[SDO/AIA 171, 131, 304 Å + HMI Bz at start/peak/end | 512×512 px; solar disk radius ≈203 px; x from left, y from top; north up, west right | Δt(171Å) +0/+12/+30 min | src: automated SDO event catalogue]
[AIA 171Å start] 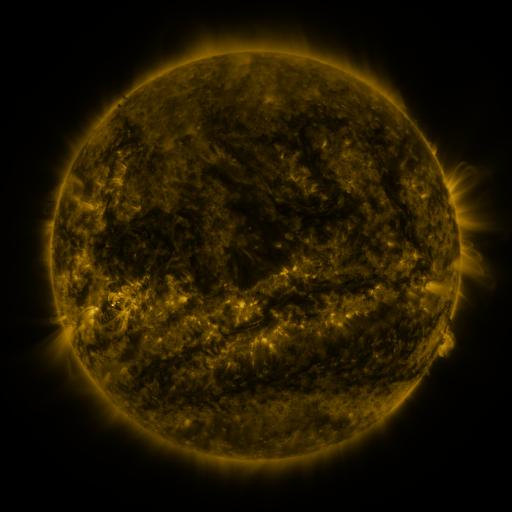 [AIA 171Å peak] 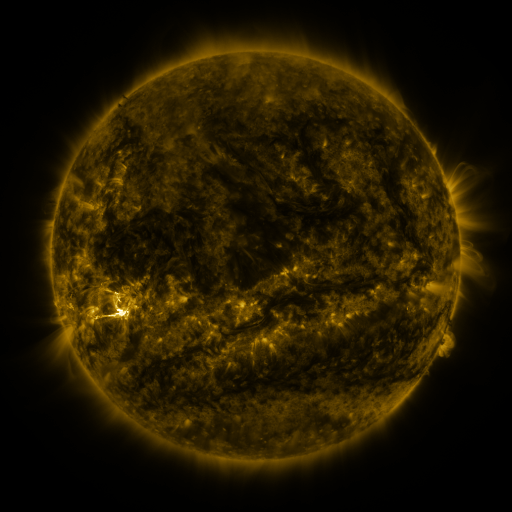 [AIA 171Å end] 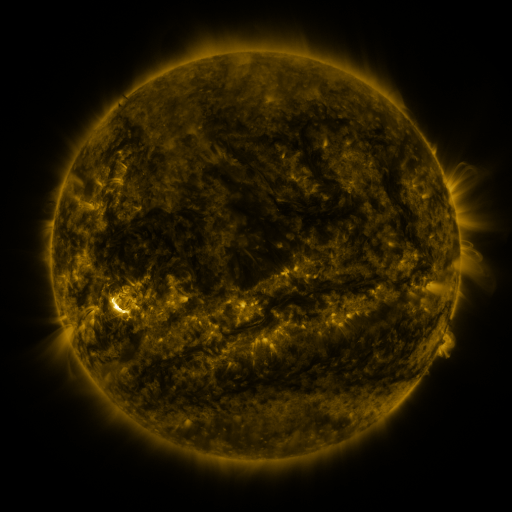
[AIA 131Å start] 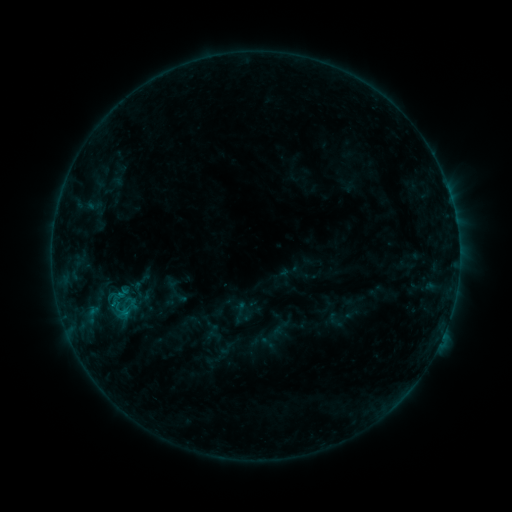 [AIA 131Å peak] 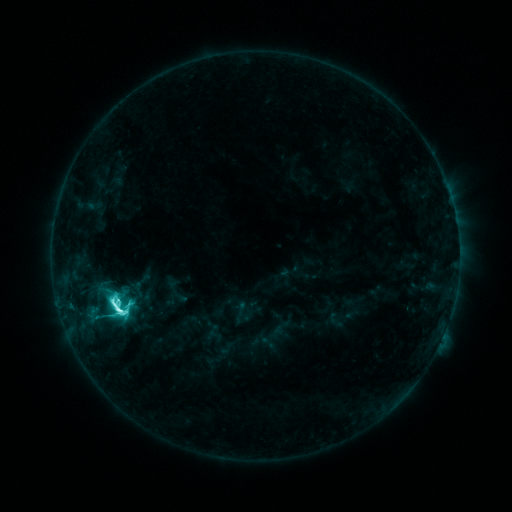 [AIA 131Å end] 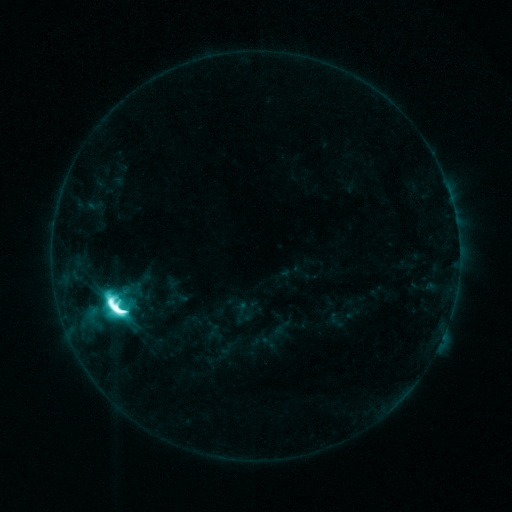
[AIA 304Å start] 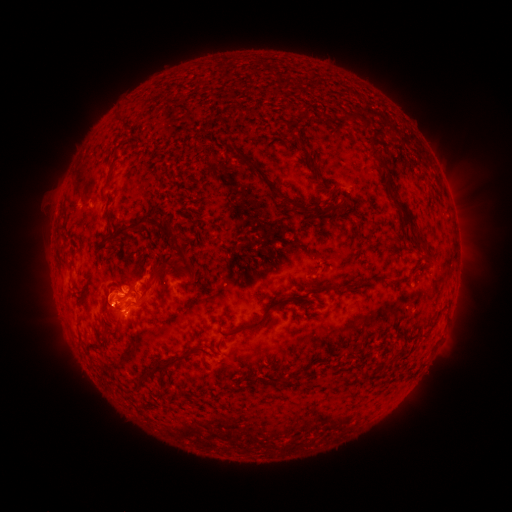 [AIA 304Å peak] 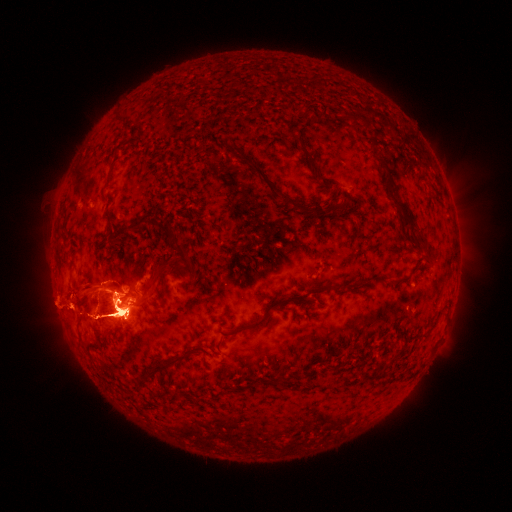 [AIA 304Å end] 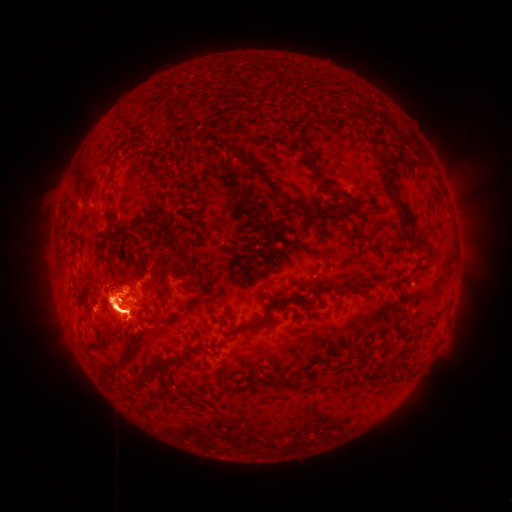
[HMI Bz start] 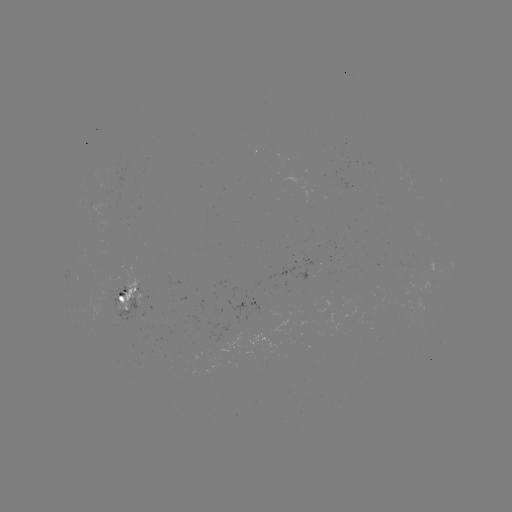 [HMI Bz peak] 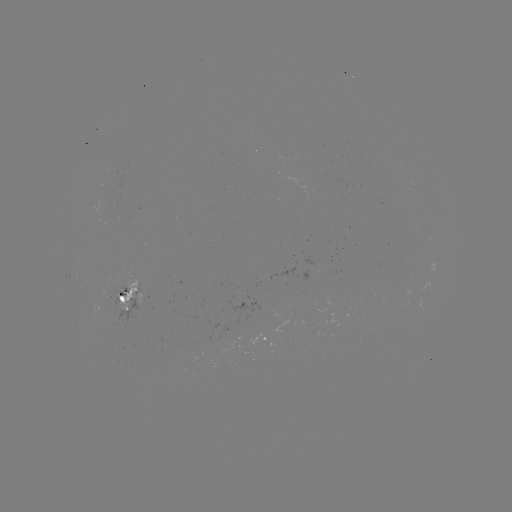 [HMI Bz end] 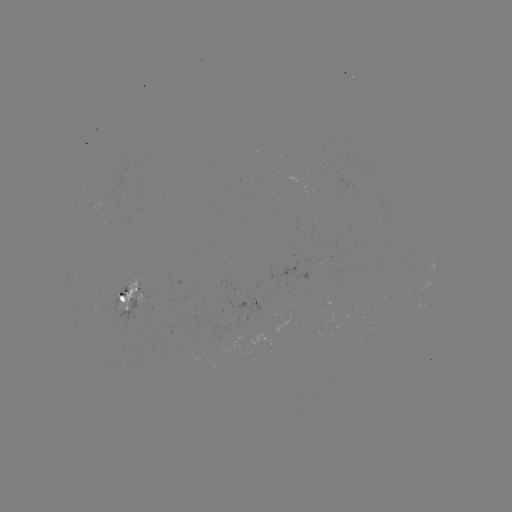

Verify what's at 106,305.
eruption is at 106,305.